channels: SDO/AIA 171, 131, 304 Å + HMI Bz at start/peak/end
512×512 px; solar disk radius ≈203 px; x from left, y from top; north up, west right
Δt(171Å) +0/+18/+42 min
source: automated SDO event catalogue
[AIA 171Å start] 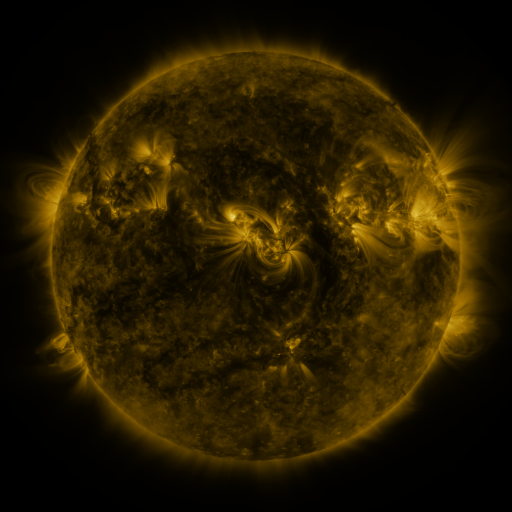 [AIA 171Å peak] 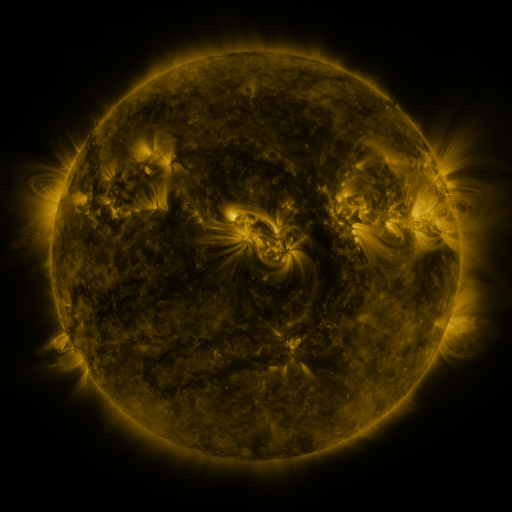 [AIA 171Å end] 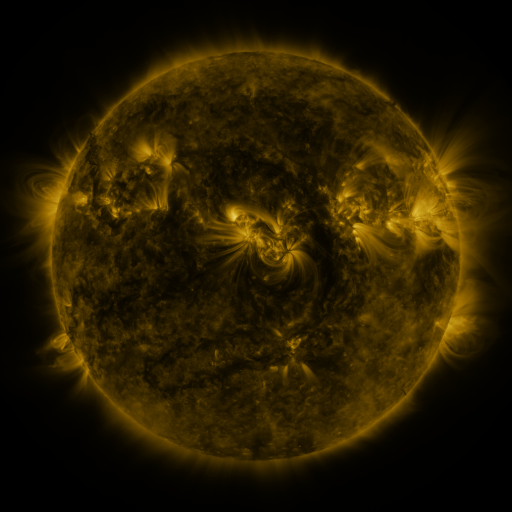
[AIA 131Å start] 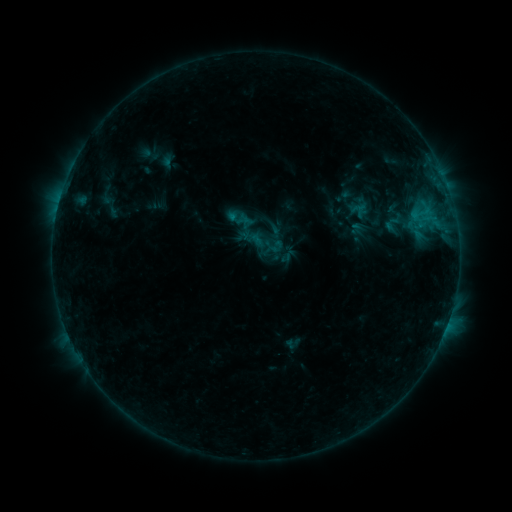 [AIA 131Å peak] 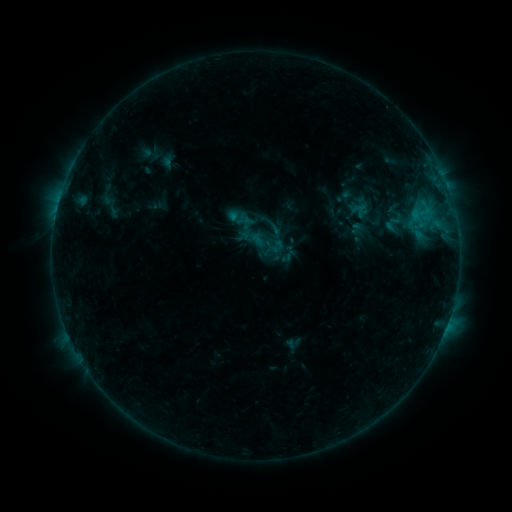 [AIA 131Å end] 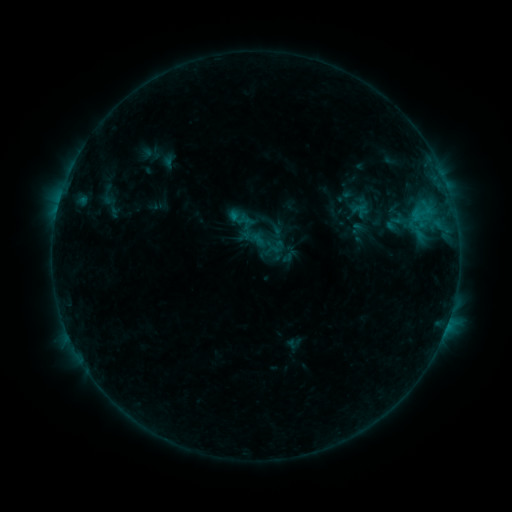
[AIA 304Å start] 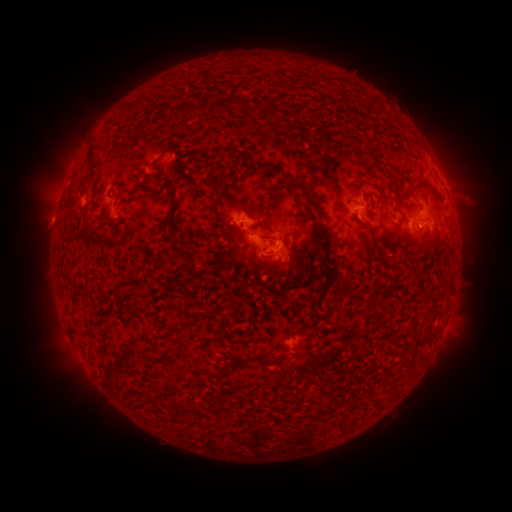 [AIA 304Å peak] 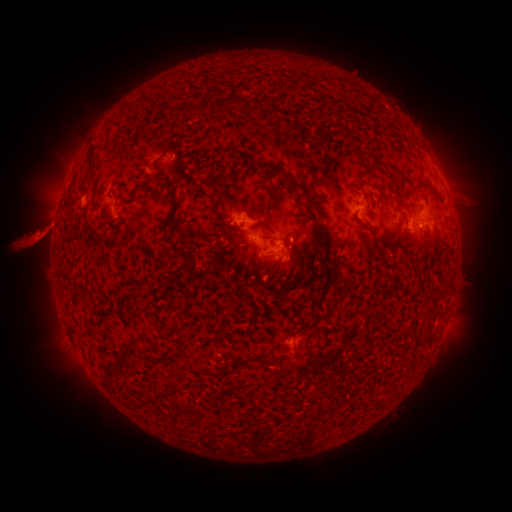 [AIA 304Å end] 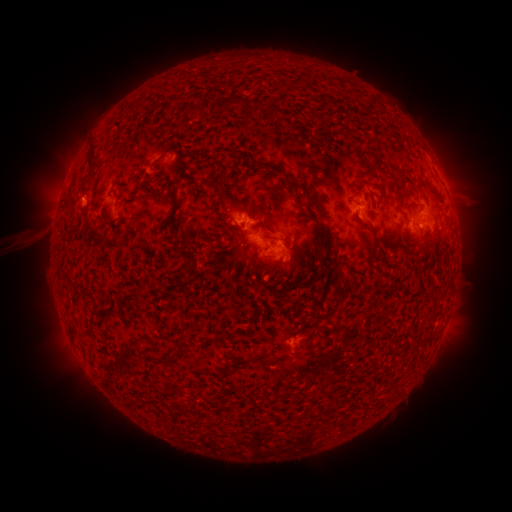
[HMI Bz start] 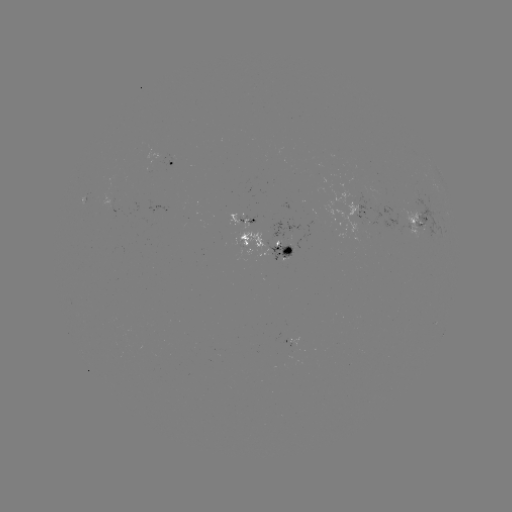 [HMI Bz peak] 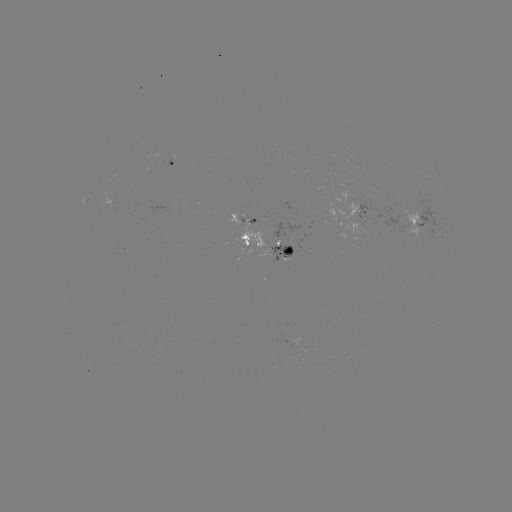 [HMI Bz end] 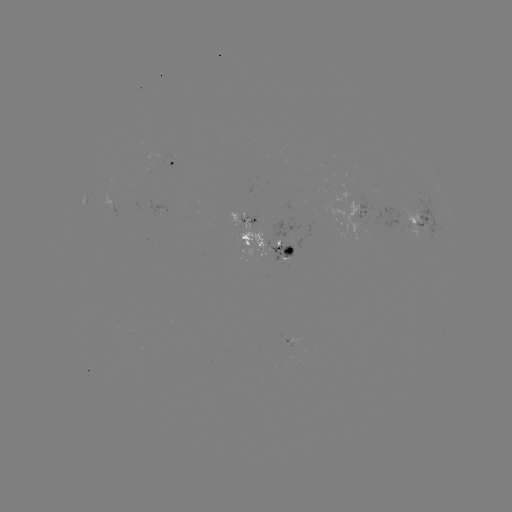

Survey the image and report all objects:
eruption: (34, 236)
